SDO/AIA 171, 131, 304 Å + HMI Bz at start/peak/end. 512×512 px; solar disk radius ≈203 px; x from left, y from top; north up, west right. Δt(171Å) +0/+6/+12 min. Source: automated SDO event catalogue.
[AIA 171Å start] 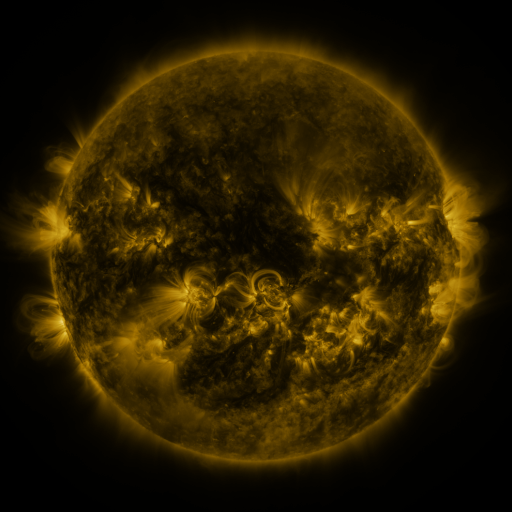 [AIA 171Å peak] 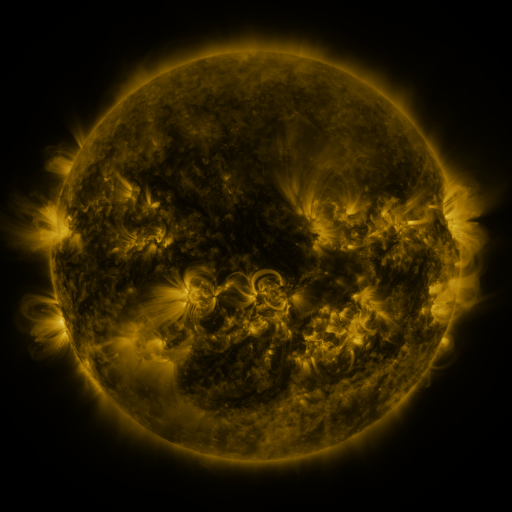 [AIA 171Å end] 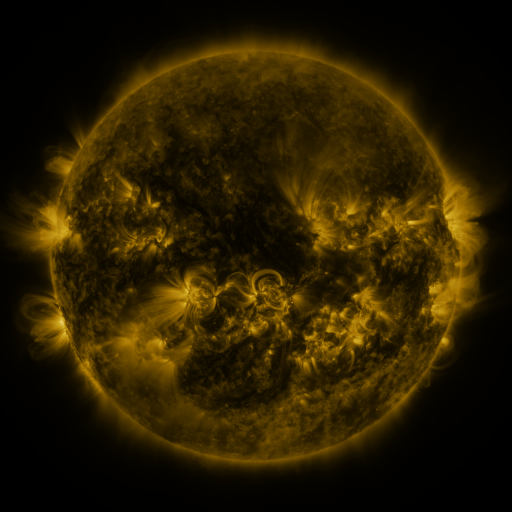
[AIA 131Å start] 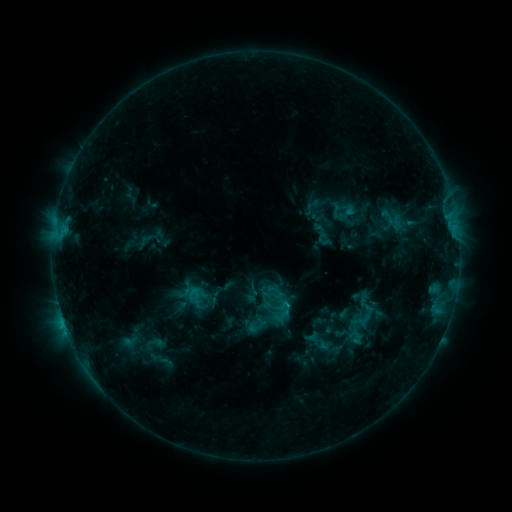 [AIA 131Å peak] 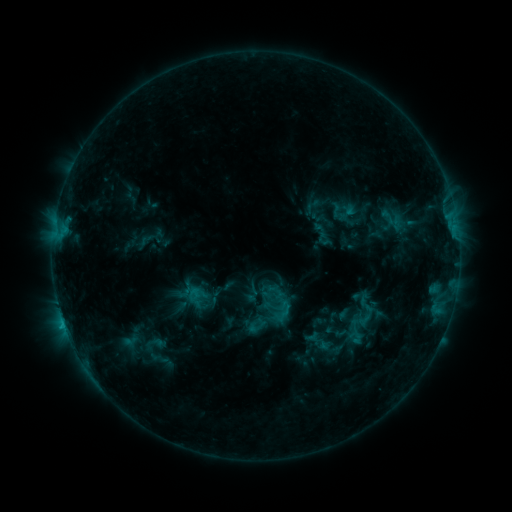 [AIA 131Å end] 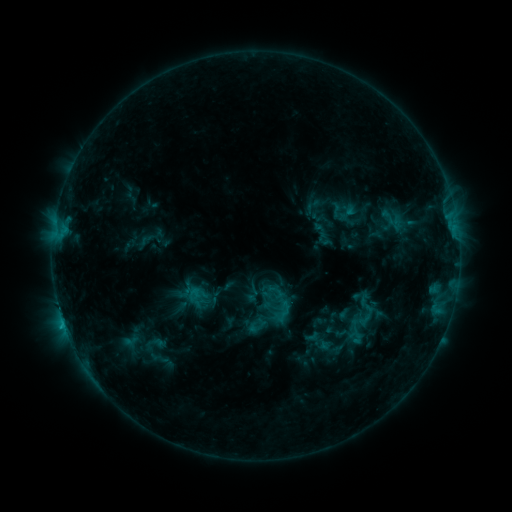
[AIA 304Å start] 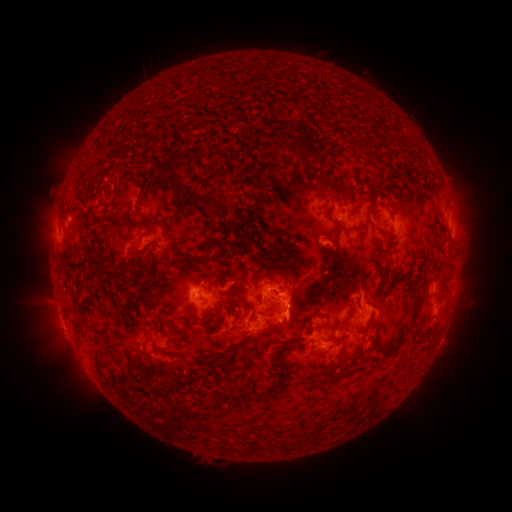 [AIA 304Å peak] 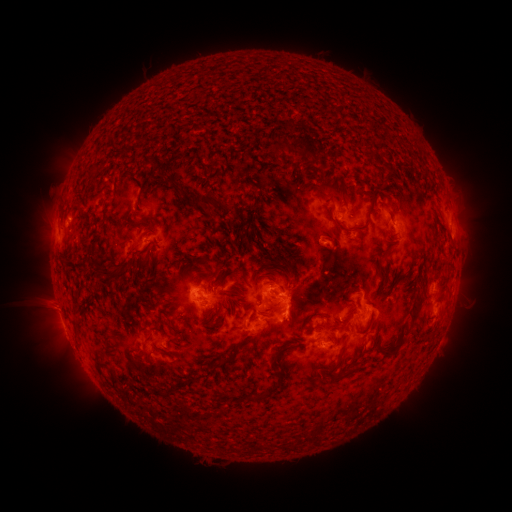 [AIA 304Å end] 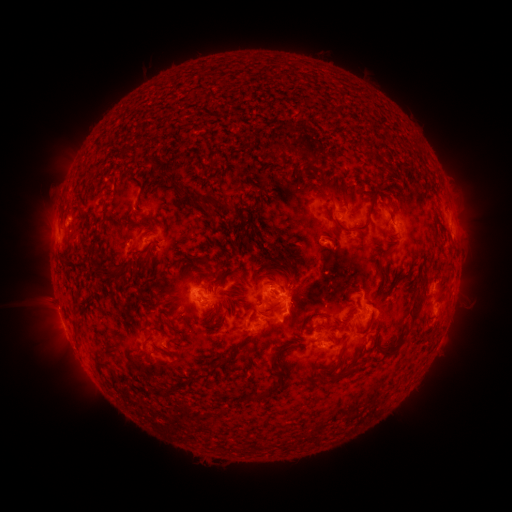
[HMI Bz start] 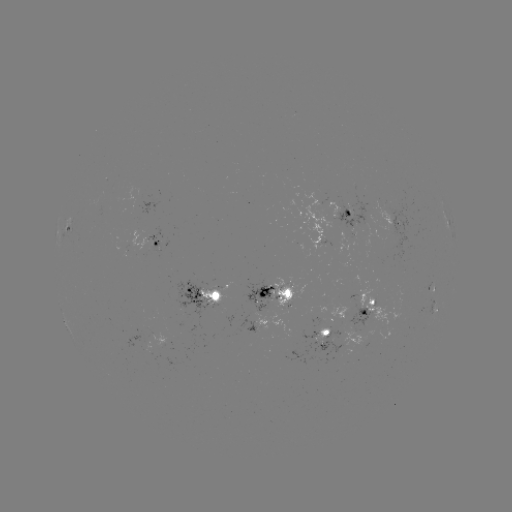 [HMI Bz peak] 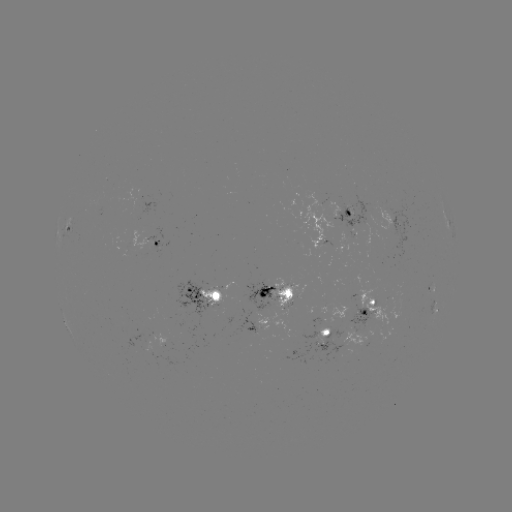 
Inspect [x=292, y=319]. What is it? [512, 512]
eruption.